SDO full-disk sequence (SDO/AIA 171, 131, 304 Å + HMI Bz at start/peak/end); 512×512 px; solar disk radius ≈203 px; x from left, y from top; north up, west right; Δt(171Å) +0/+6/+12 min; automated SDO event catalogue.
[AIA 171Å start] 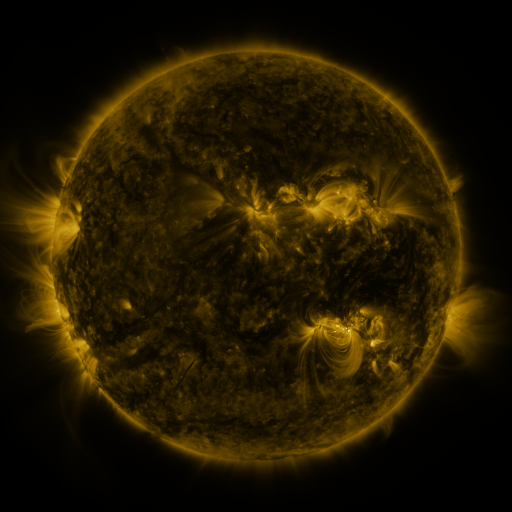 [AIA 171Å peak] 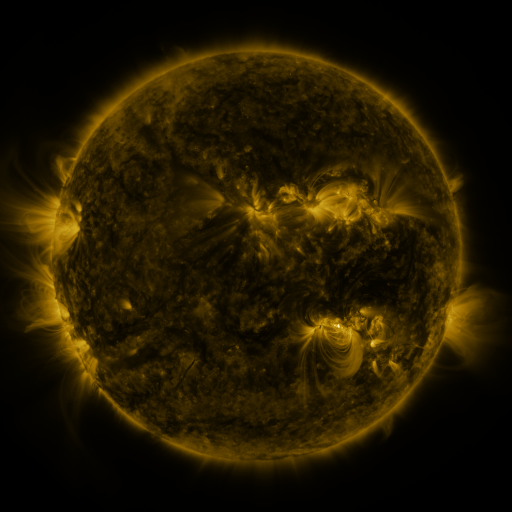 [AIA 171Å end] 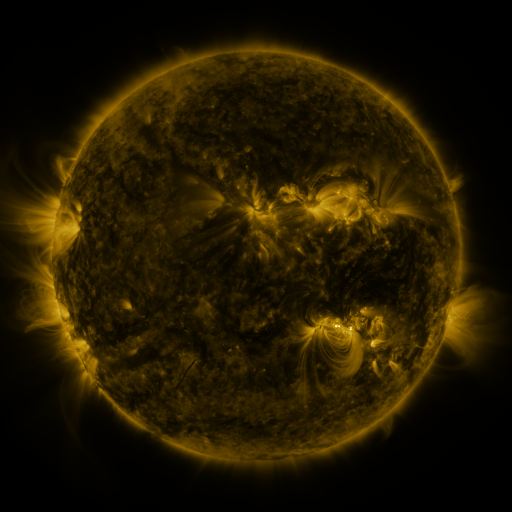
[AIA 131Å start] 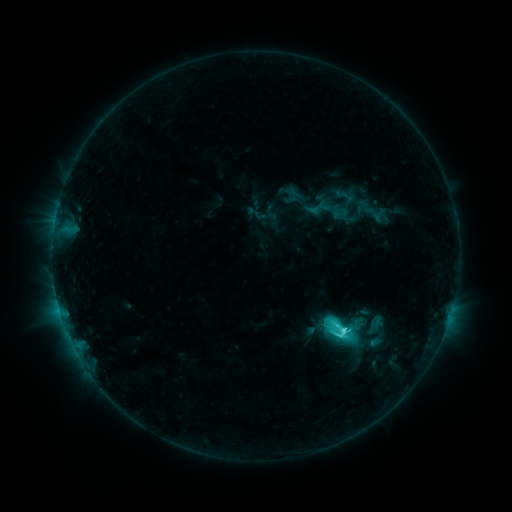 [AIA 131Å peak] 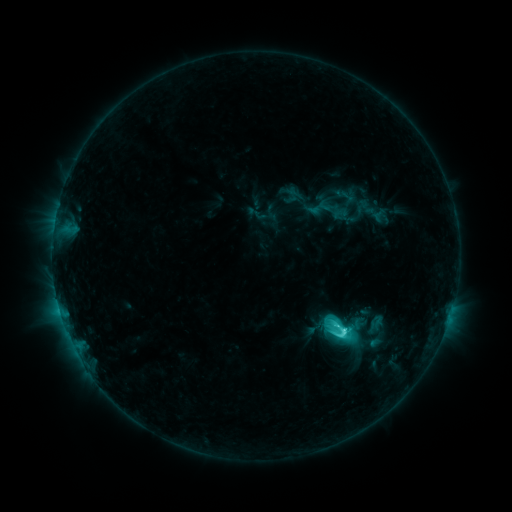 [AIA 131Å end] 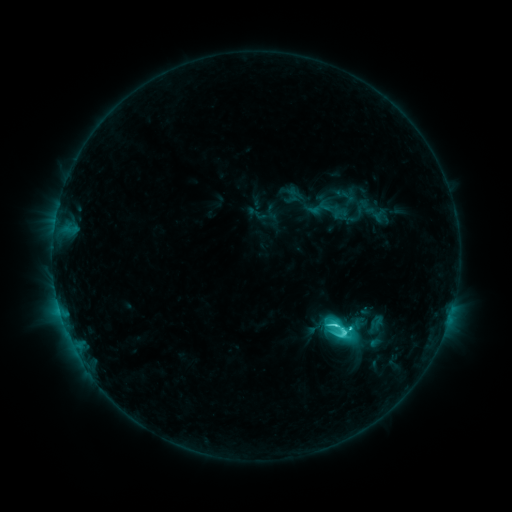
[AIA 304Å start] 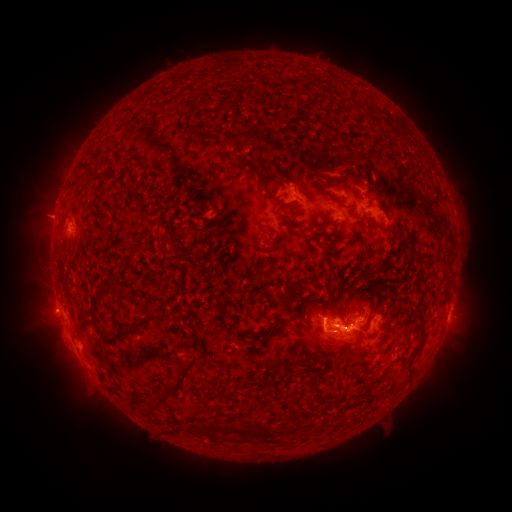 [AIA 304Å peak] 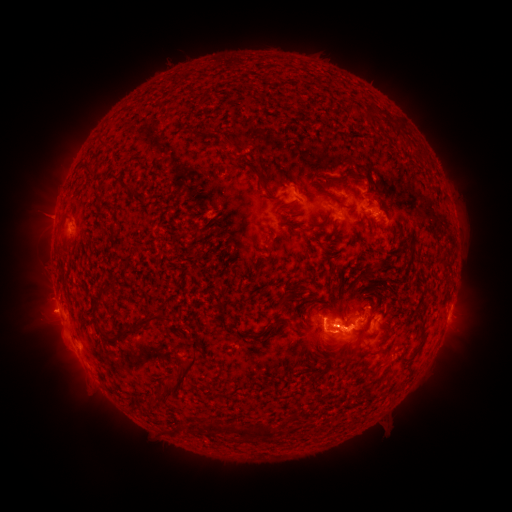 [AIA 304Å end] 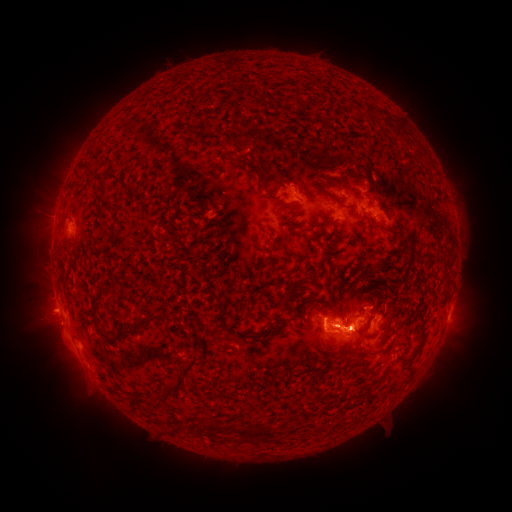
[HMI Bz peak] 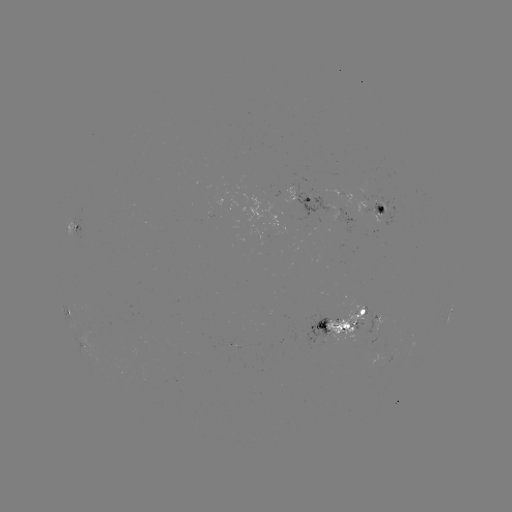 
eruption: [311, 285, 383, 373]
